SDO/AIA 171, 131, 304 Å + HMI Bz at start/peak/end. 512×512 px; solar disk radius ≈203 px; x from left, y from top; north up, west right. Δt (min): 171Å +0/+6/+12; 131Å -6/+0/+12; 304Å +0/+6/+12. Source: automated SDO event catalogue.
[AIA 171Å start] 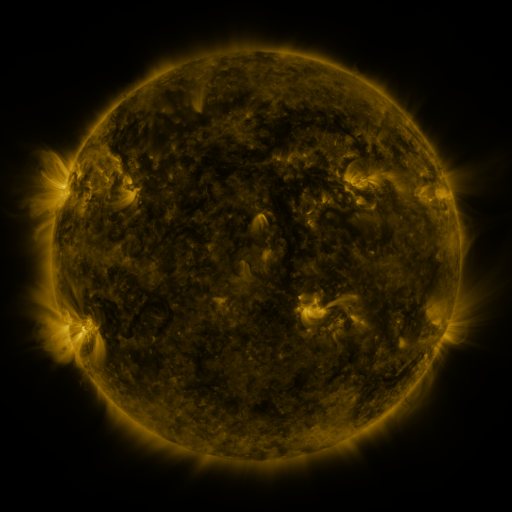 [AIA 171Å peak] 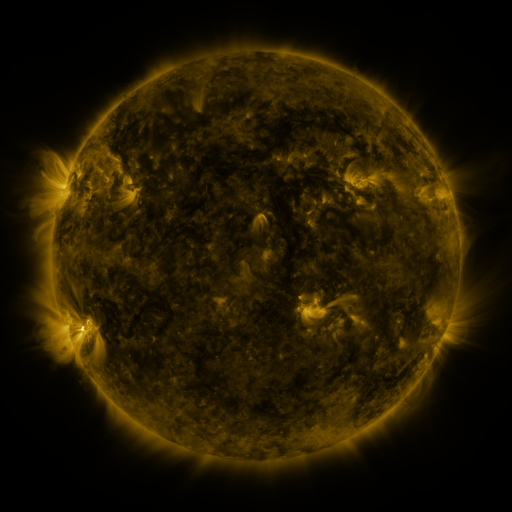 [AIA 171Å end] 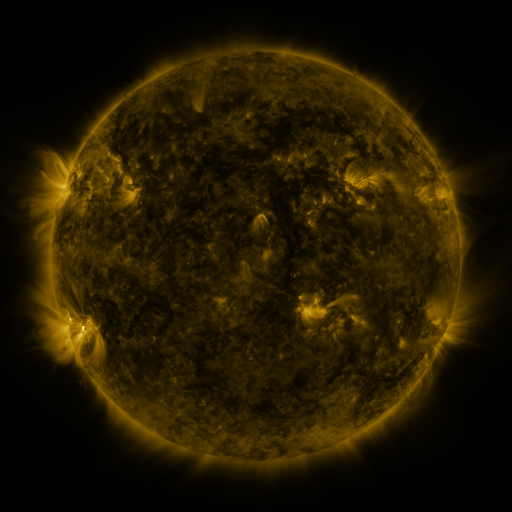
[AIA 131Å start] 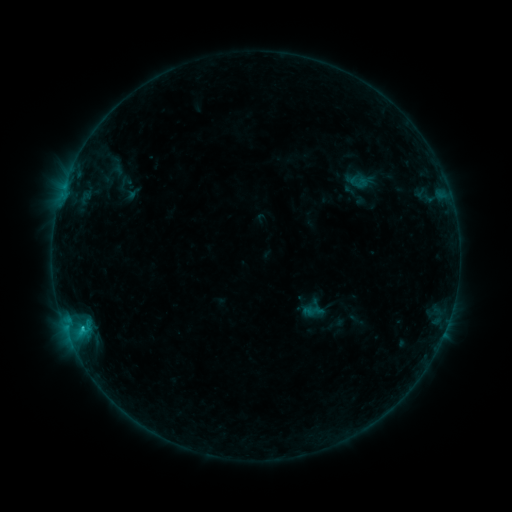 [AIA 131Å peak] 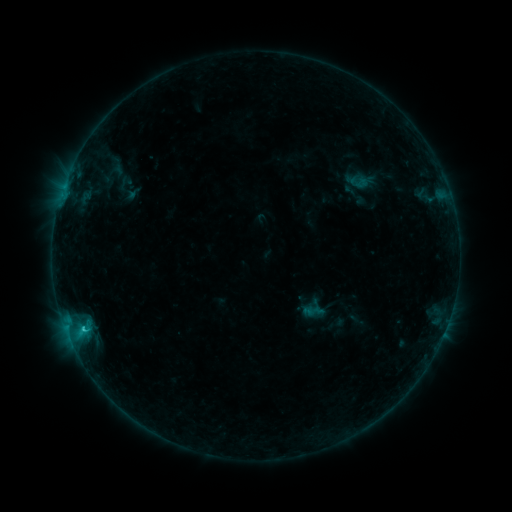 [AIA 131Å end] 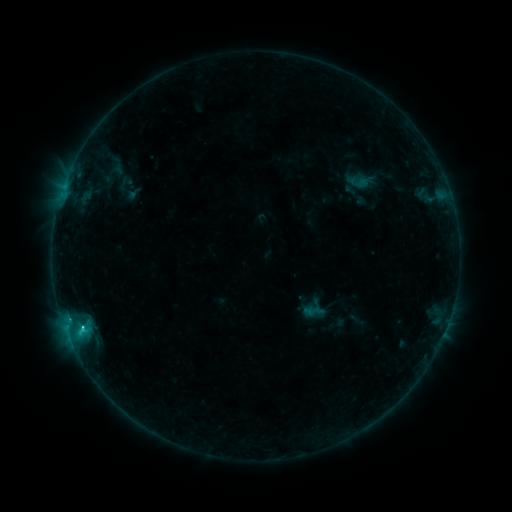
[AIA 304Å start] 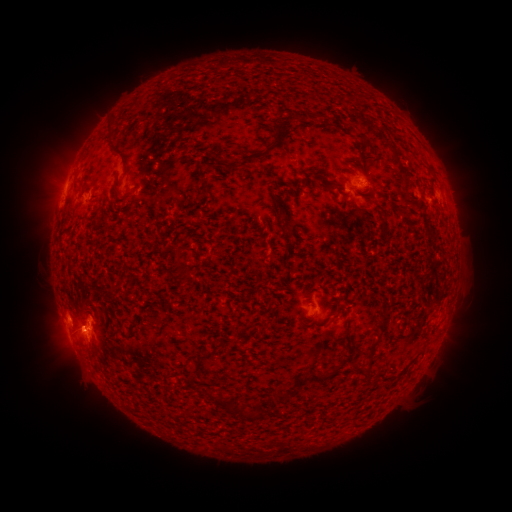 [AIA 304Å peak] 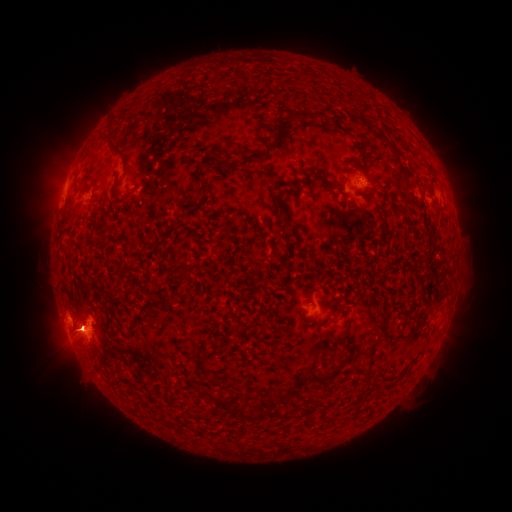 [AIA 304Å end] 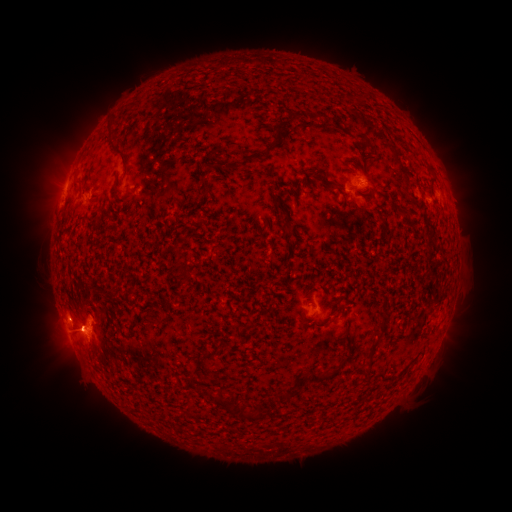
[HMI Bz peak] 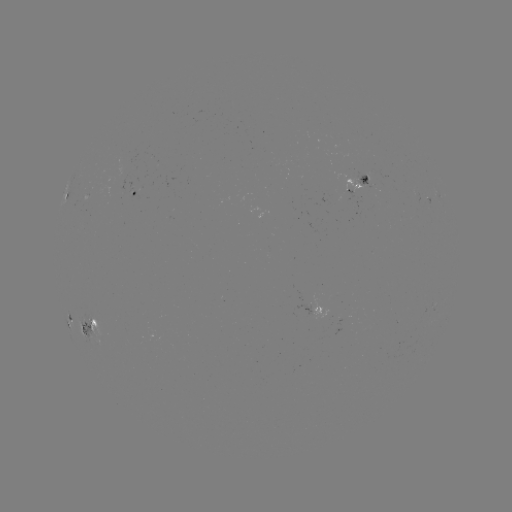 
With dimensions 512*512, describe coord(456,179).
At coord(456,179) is eruption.